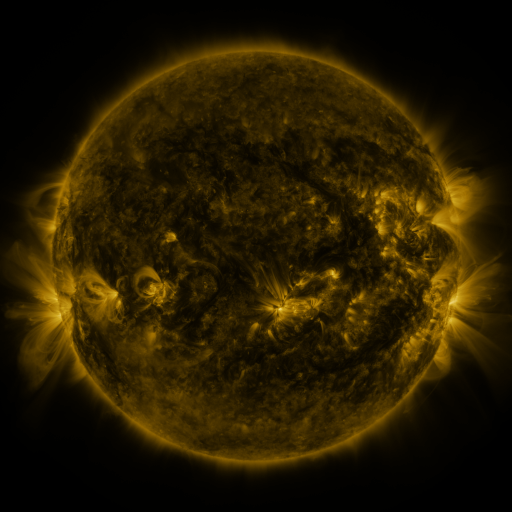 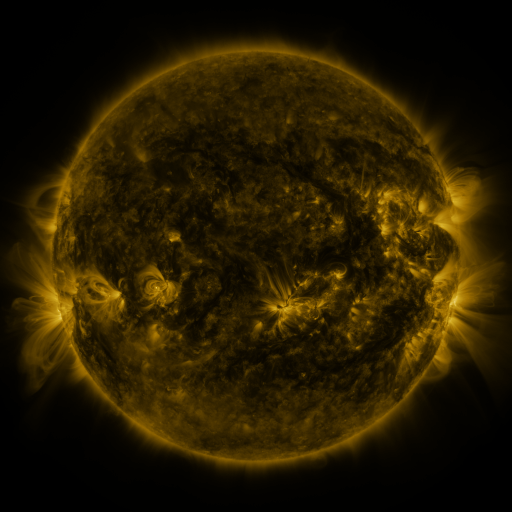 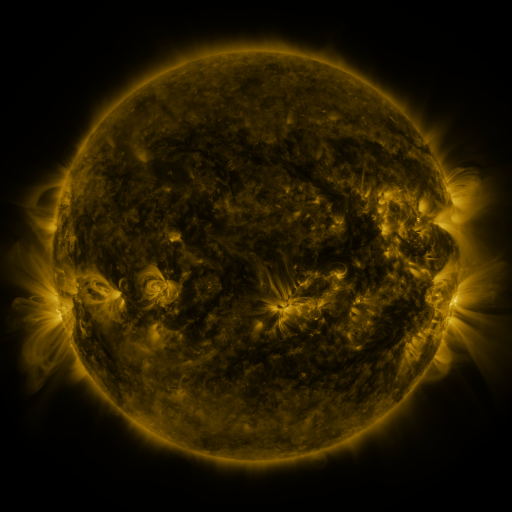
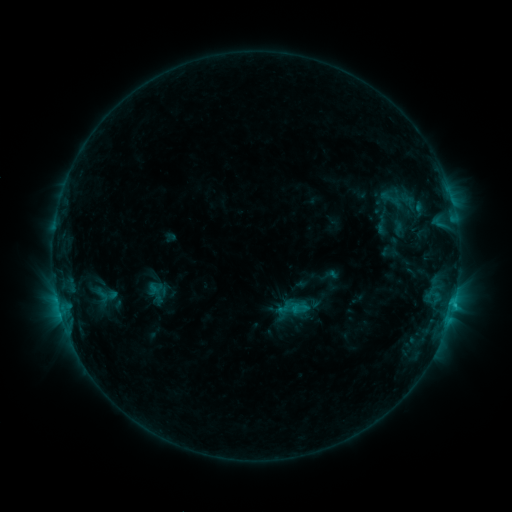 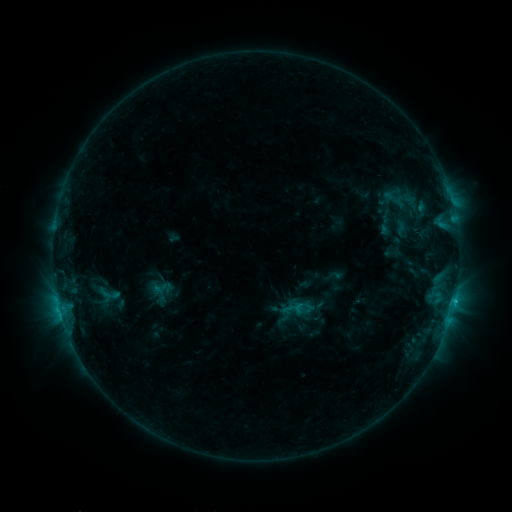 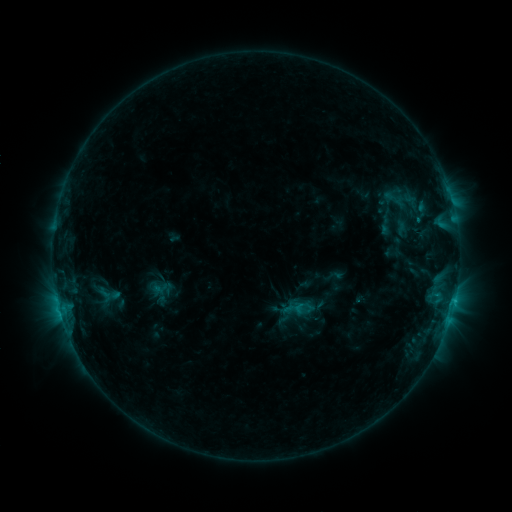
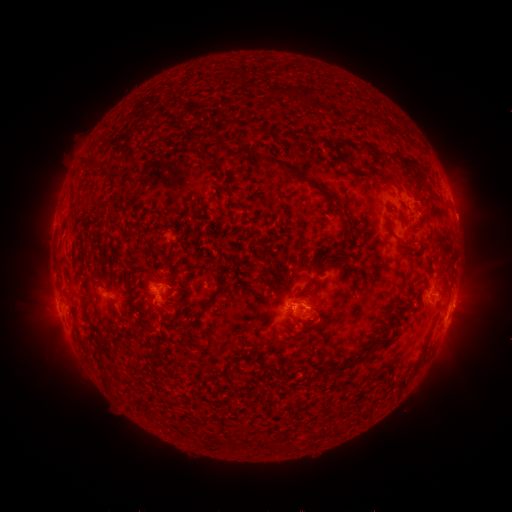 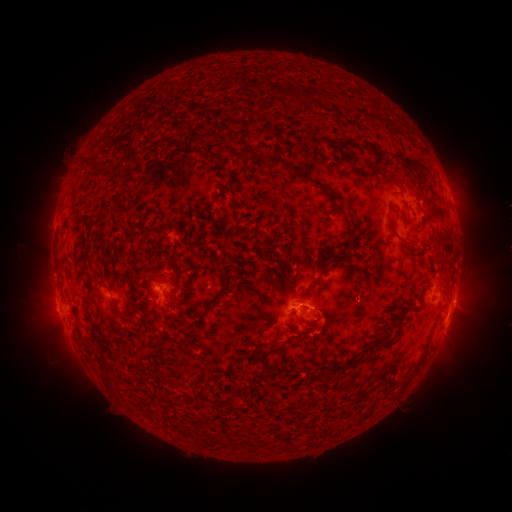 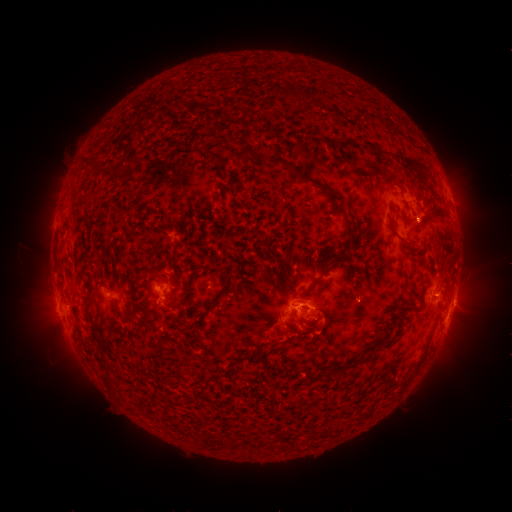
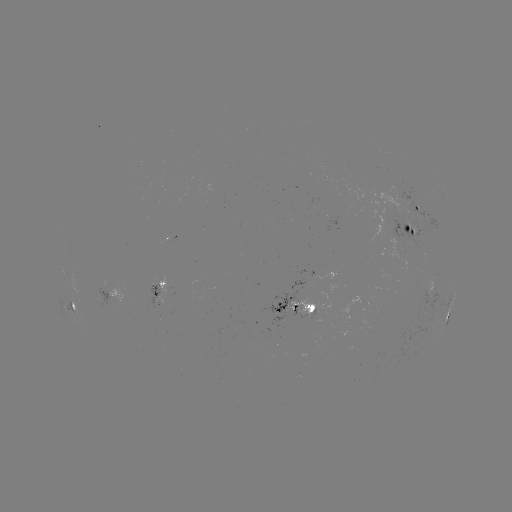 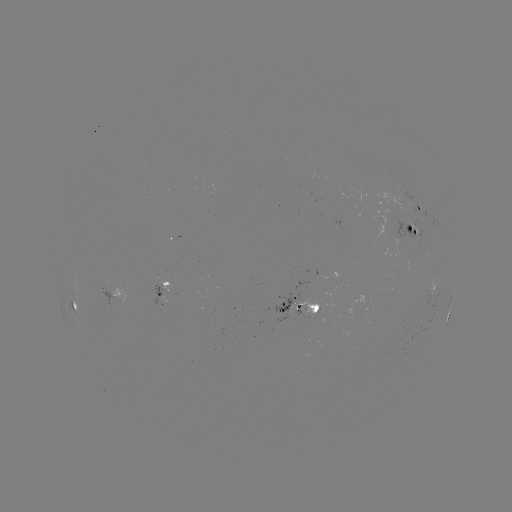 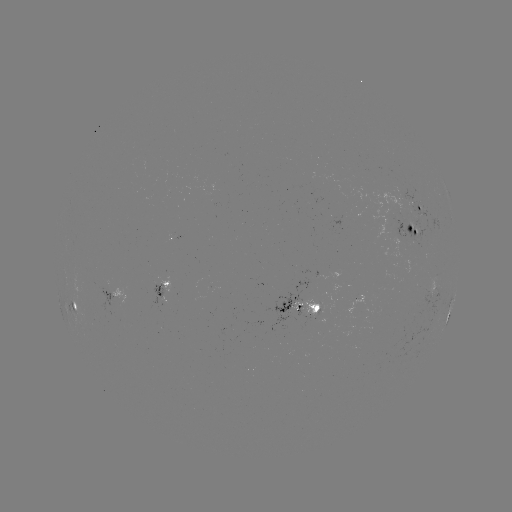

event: emerging-flux region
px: (313, 314)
